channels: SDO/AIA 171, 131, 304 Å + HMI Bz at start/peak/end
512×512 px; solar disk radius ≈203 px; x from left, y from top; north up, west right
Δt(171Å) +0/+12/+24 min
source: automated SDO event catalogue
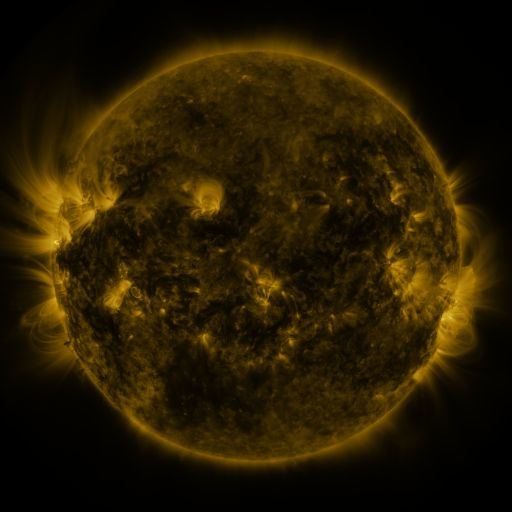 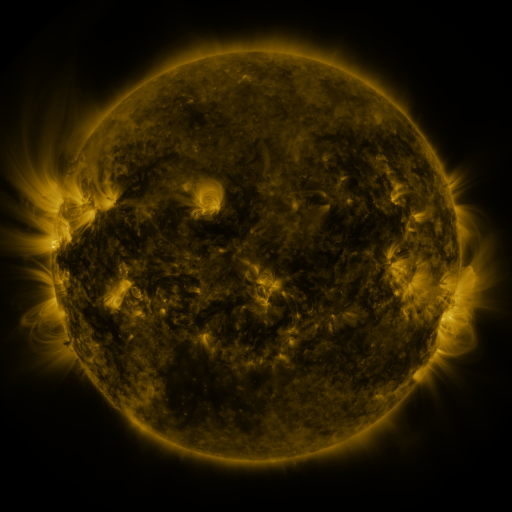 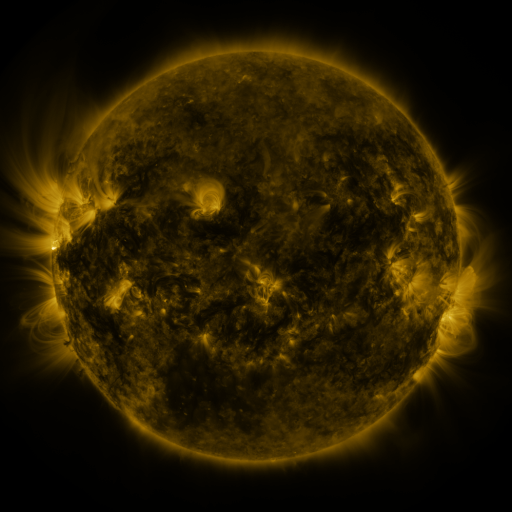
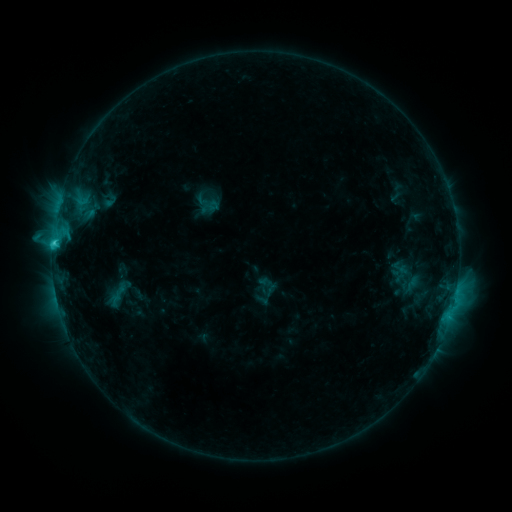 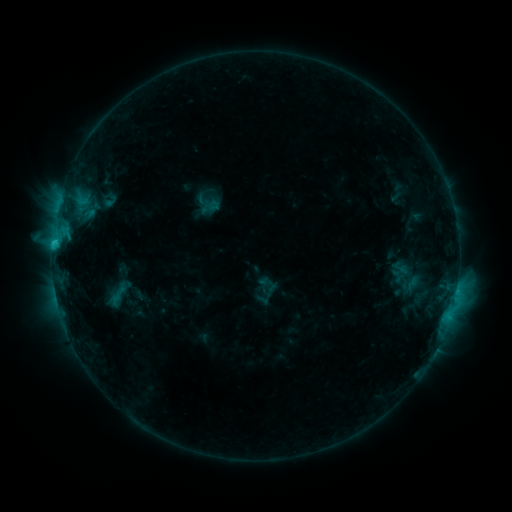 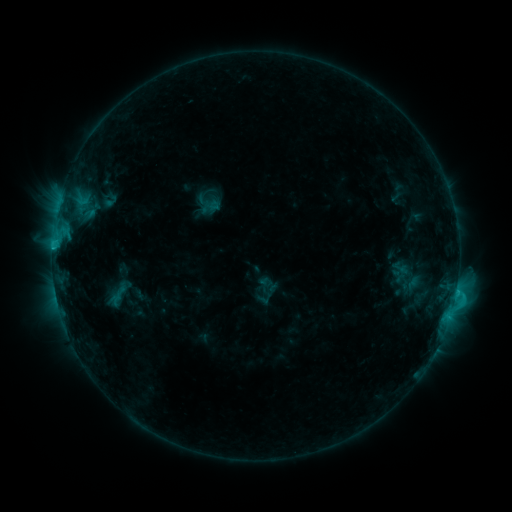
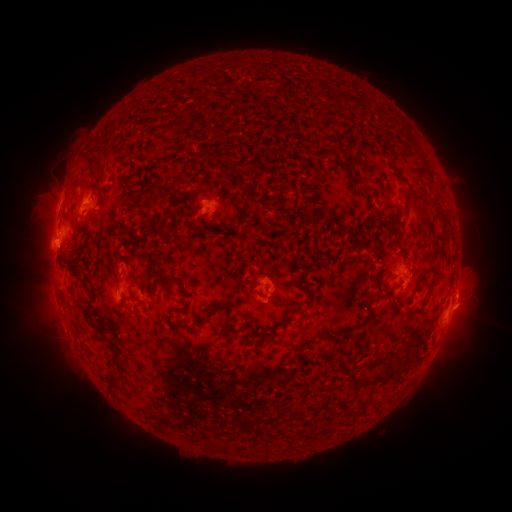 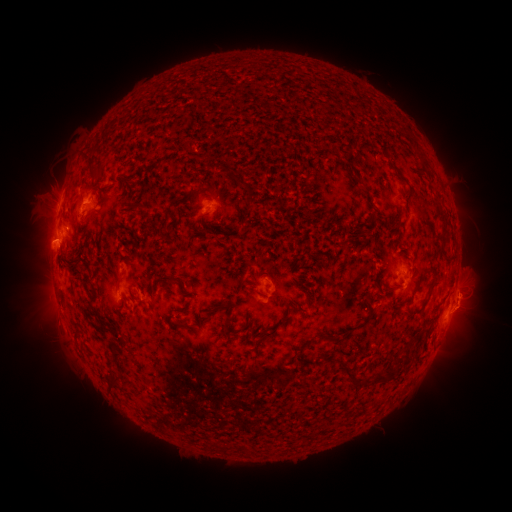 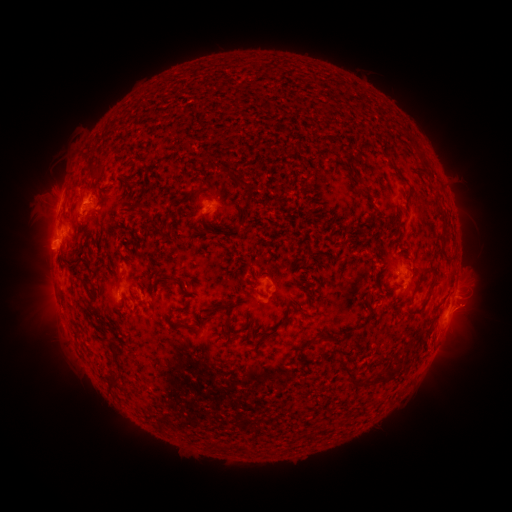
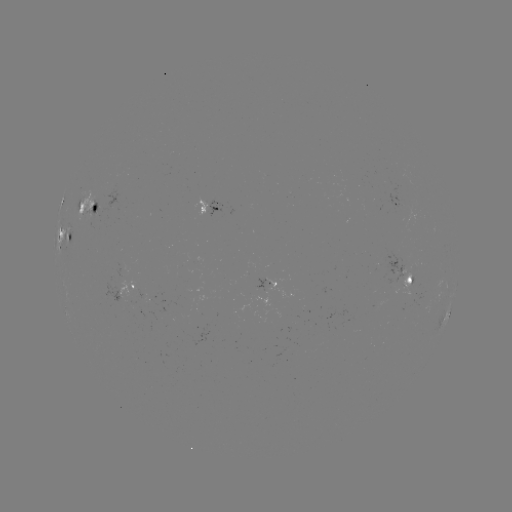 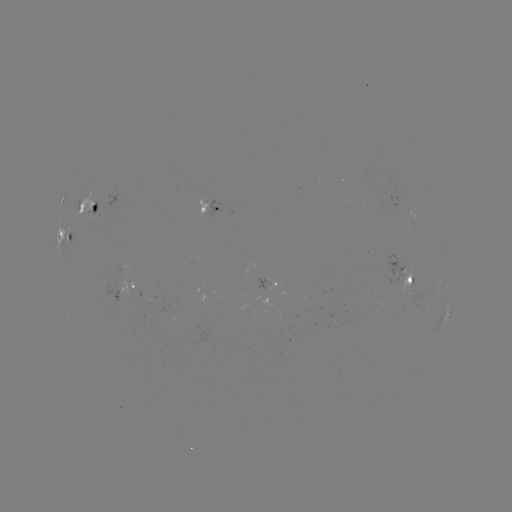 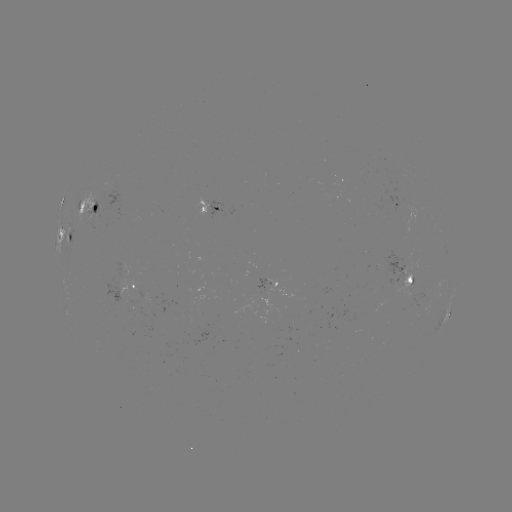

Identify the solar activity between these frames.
eruption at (468, 305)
